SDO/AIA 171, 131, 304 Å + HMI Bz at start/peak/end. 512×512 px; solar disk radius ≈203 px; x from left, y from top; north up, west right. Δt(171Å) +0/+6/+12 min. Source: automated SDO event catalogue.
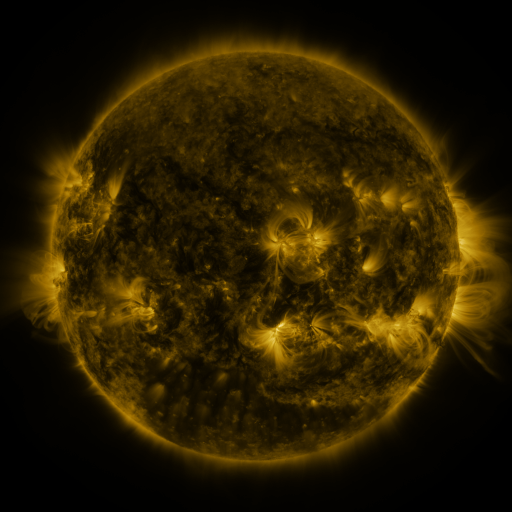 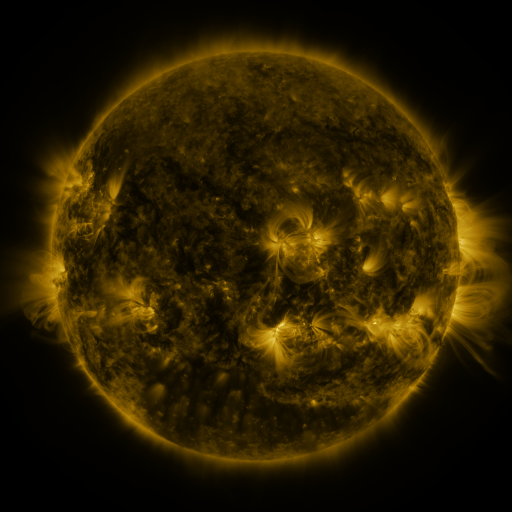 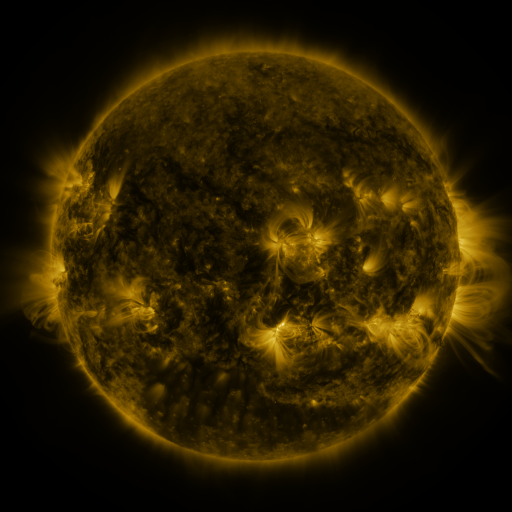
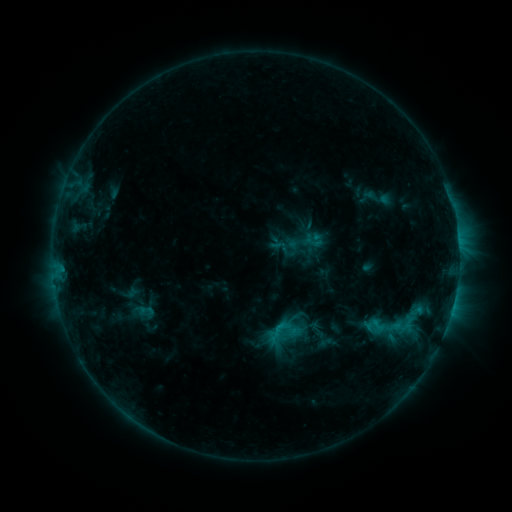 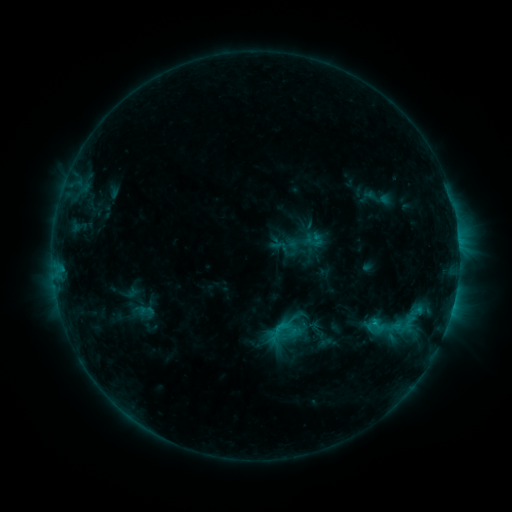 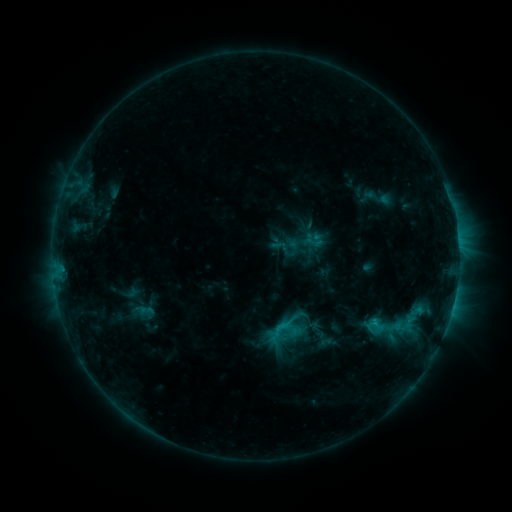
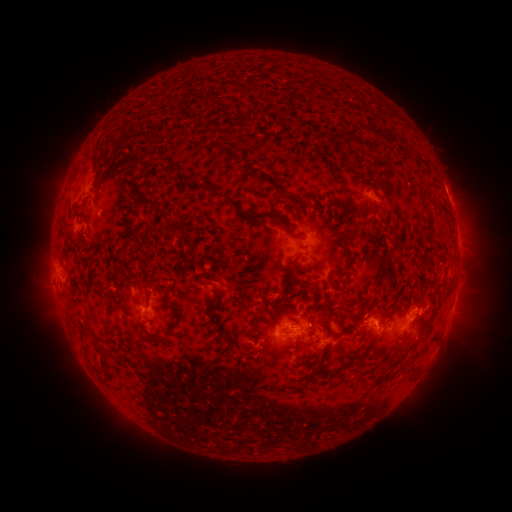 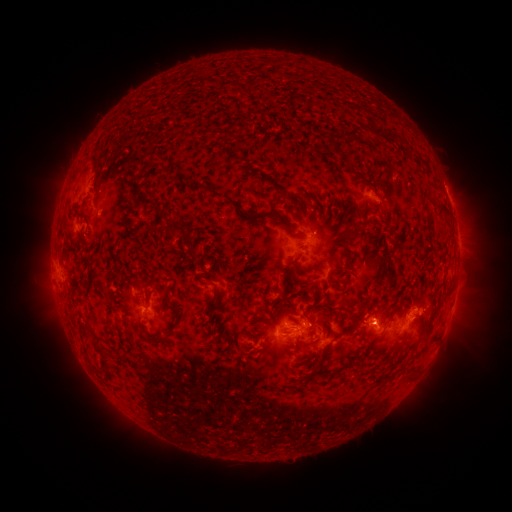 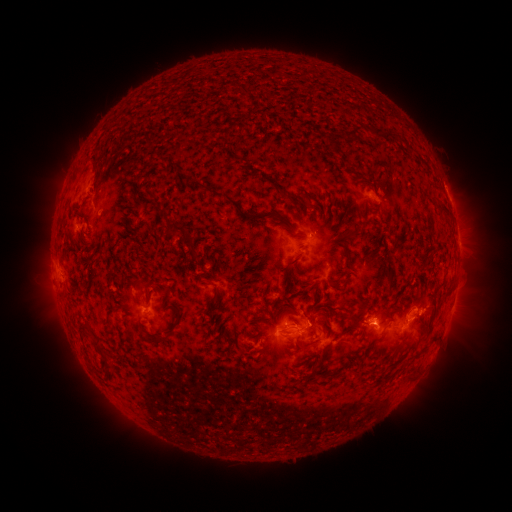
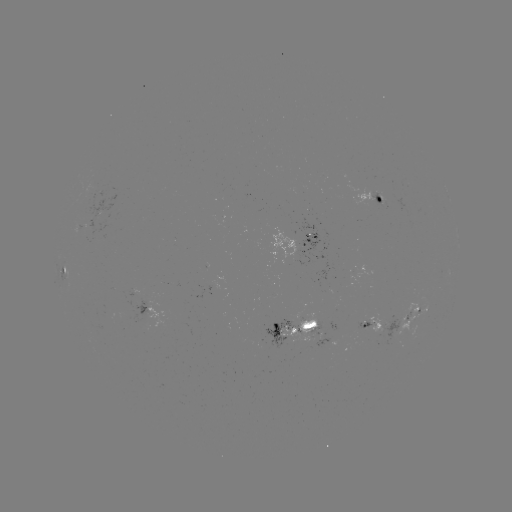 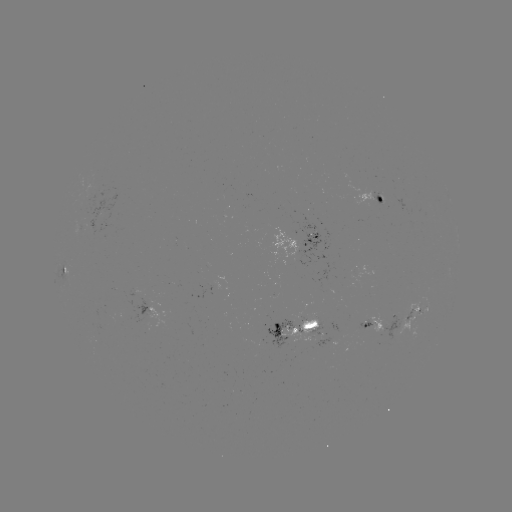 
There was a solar flare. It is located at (374, 324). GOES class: C1.4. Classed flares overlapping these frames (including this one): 1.